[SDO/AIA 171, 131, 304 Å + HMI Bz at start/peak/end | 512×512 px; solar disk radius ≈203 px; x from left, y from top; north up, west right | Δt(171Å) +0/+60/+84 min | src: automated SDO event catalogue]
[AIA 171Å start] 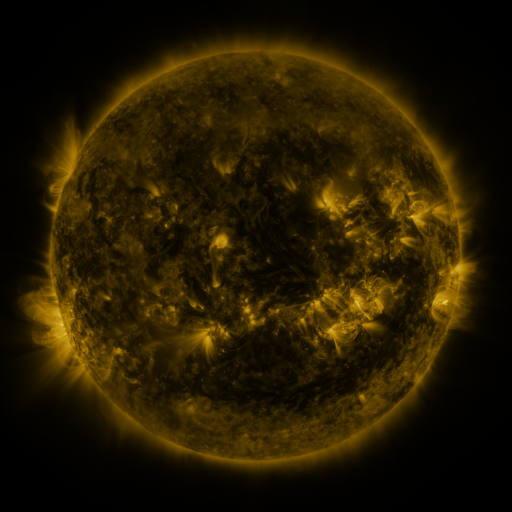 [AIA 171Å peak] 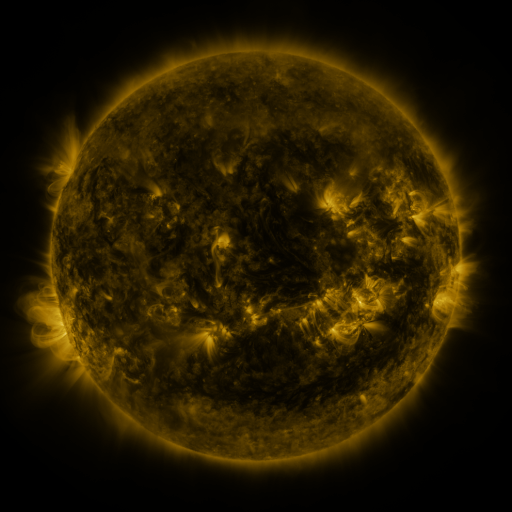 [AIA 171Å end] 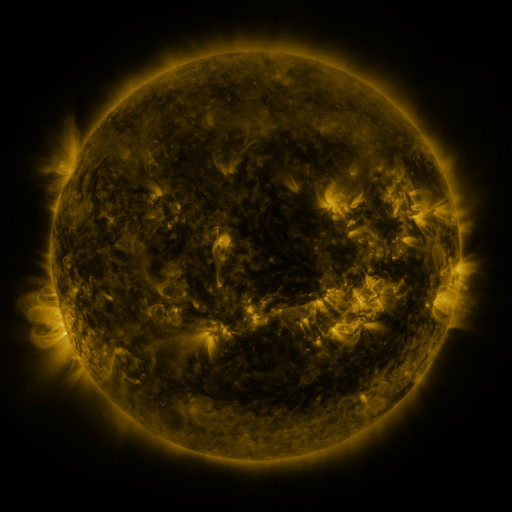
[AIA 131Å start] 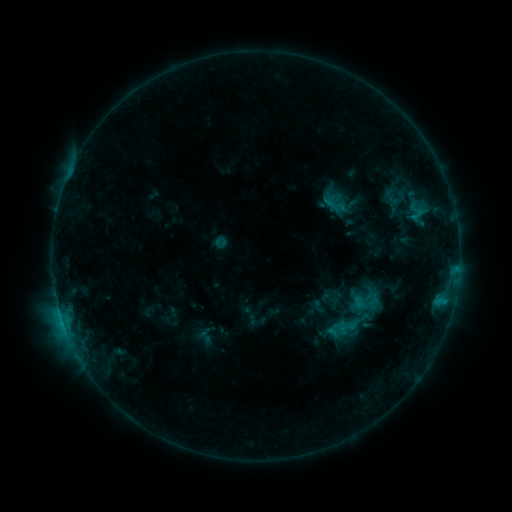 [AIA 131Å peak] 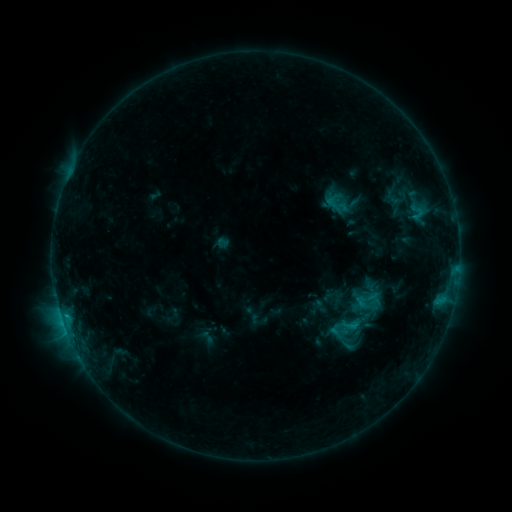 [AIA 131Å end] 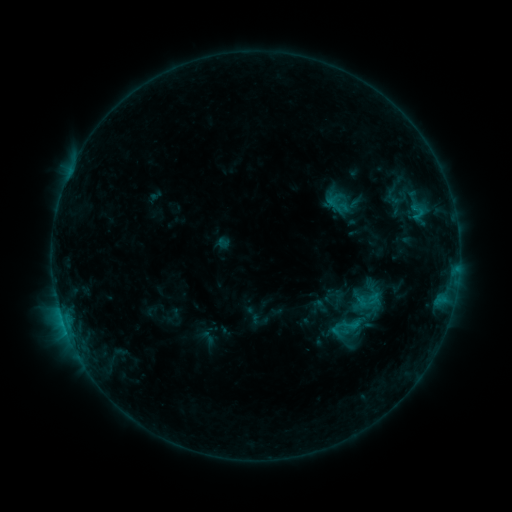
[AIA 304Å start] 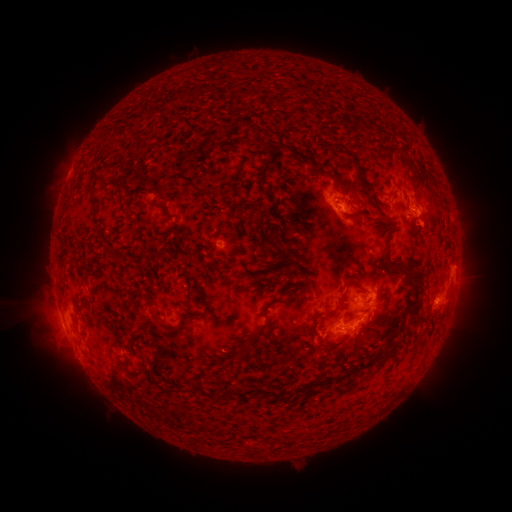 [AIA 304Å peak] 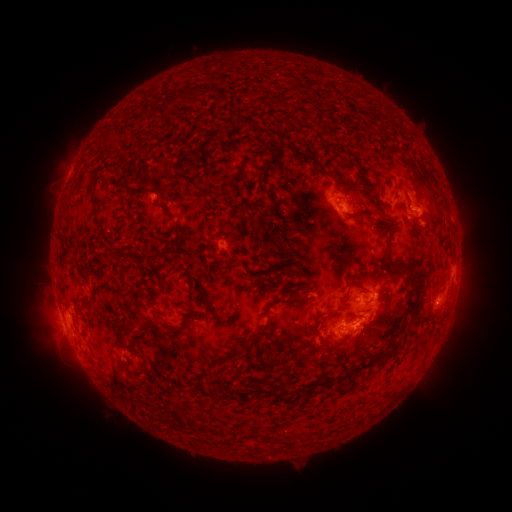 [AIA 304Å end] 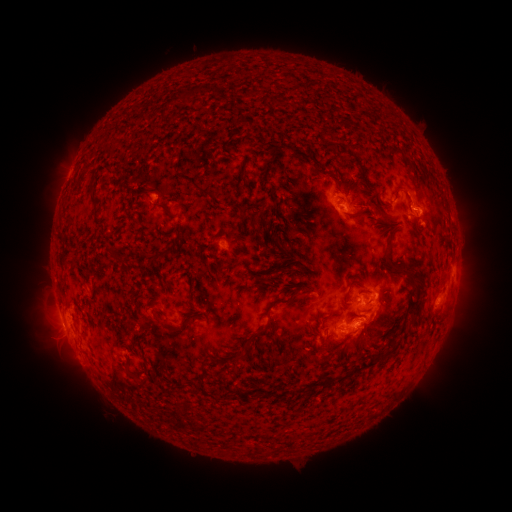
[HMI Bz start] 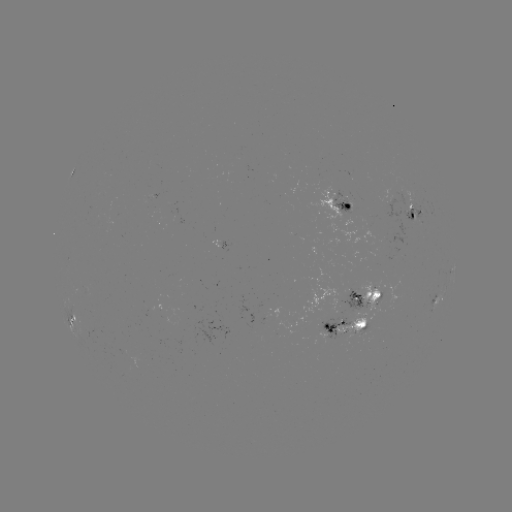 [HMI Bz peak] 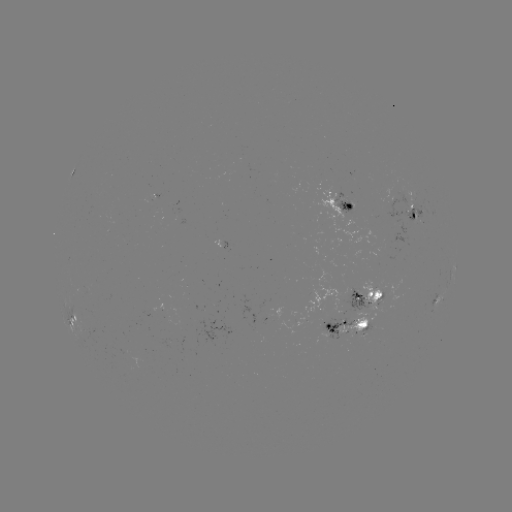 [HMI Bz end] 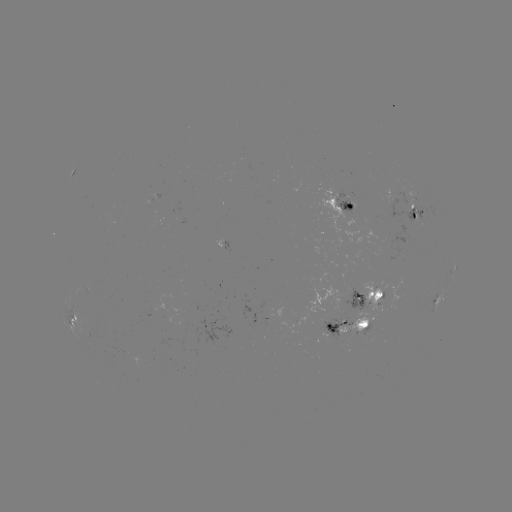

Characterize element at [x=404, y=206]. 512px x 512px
emerging-flux region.